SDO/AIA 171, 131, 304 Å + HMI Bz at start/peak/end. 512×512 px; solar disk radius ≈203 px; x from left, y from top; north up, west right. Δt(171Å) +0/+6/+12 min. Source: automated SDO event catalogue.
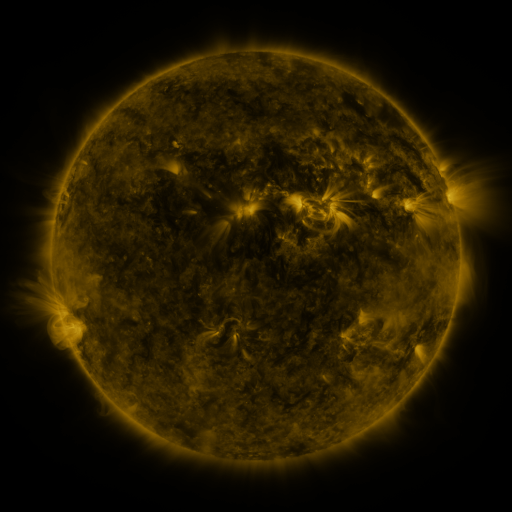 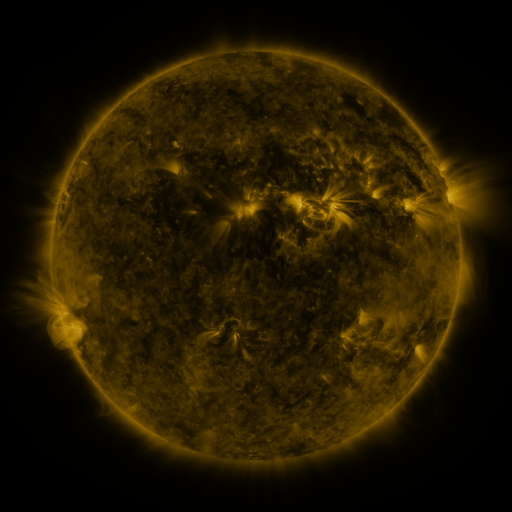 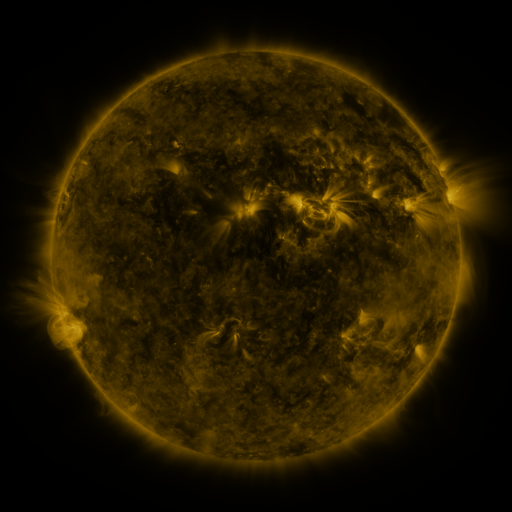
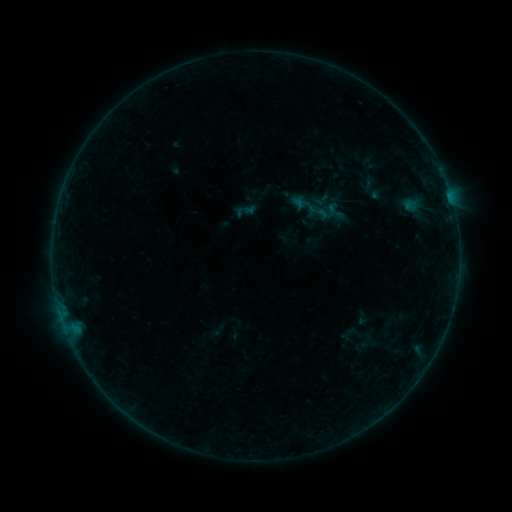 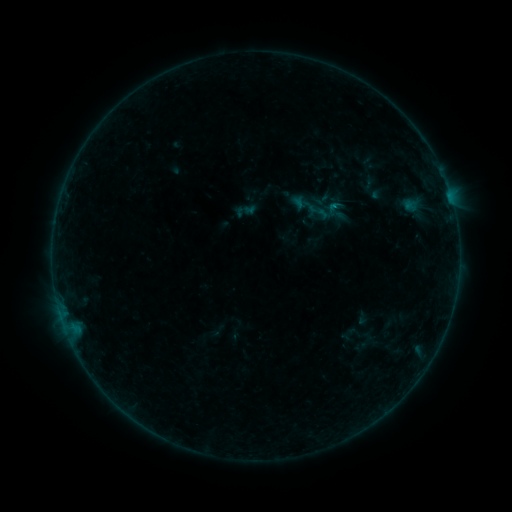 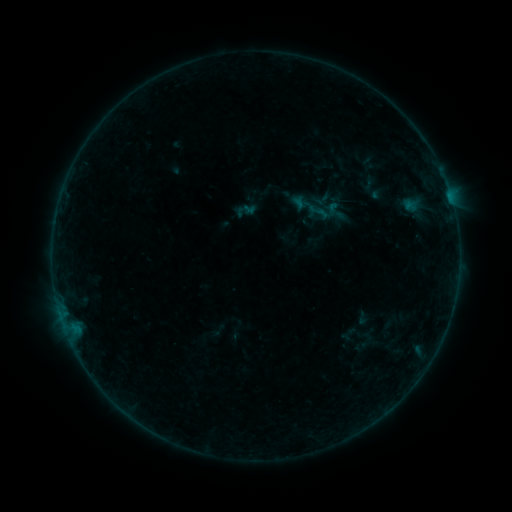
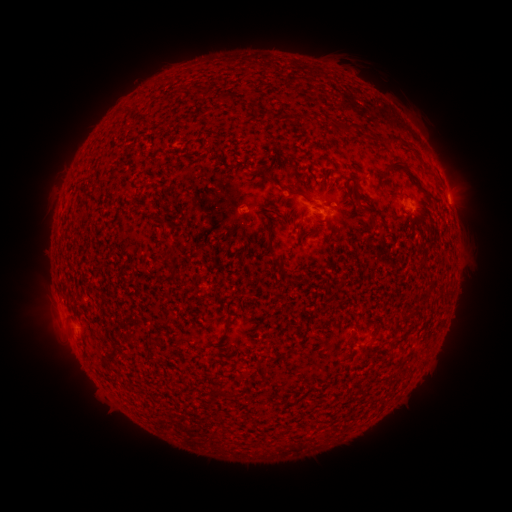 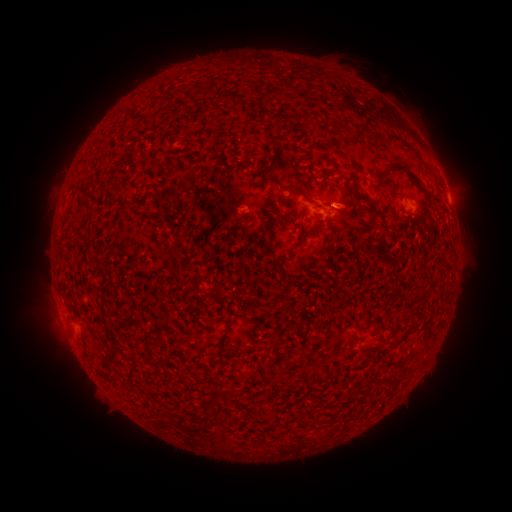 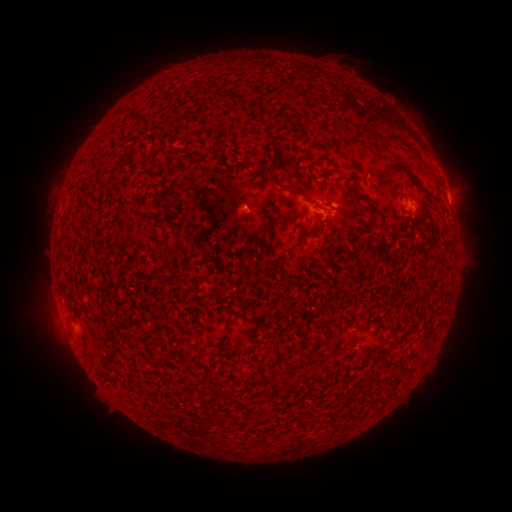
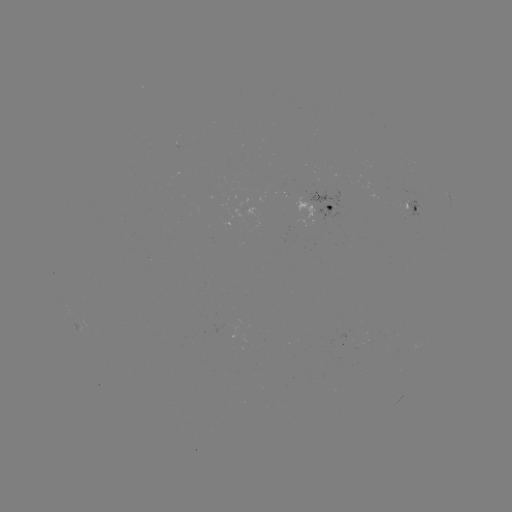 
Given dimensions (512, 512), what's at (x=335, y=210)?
B1.6 flare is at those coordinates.